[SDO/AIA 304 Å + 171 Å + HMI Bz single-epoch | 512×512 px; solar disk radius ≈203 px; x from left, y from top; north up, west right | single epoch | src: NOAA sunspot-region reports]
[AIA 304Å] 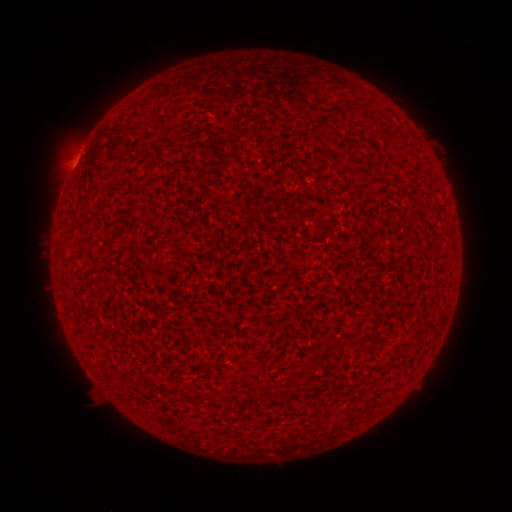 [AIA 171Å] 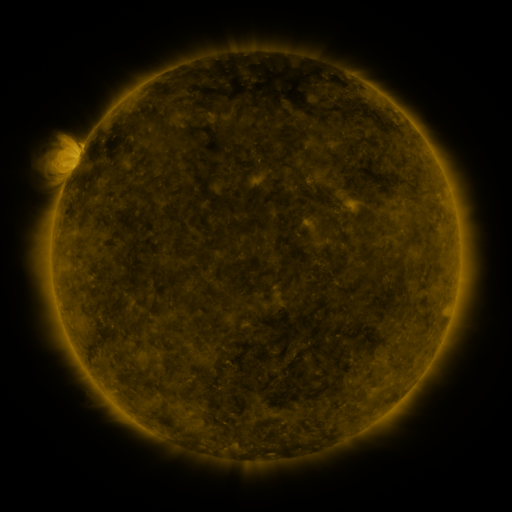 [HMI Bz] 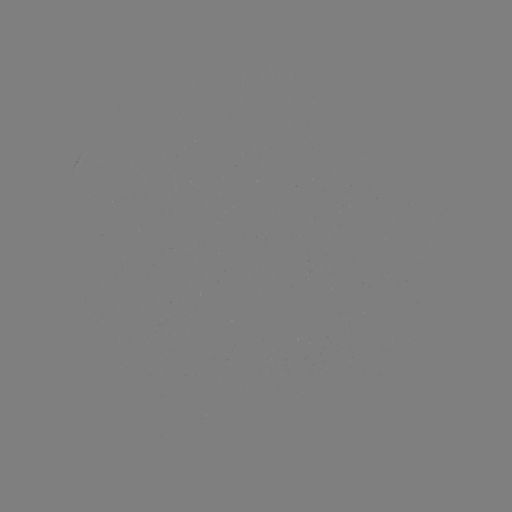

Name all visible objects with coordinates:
(none)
